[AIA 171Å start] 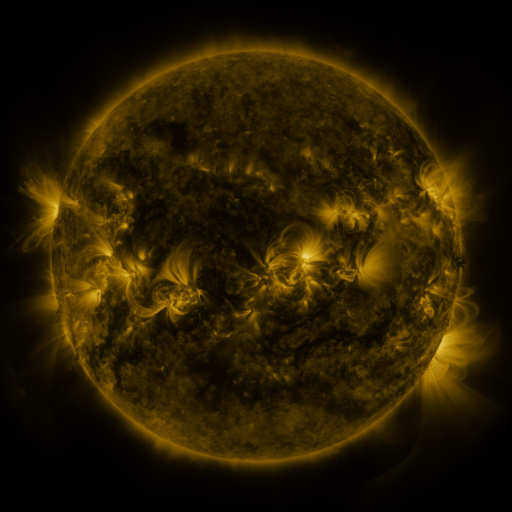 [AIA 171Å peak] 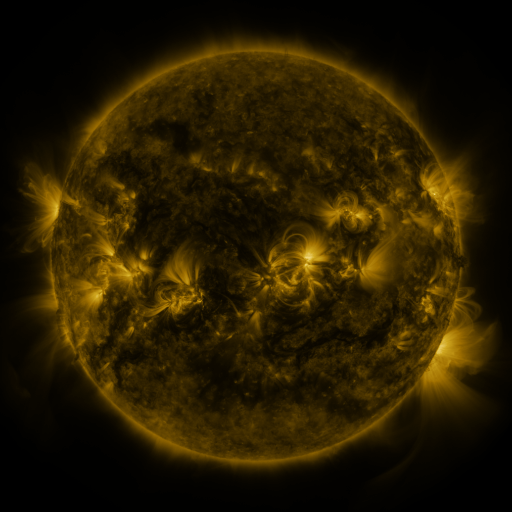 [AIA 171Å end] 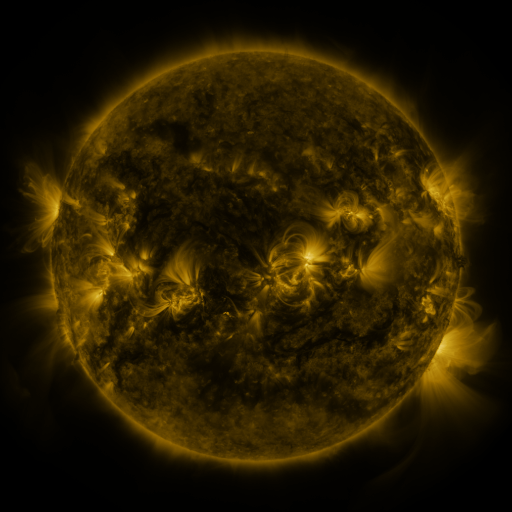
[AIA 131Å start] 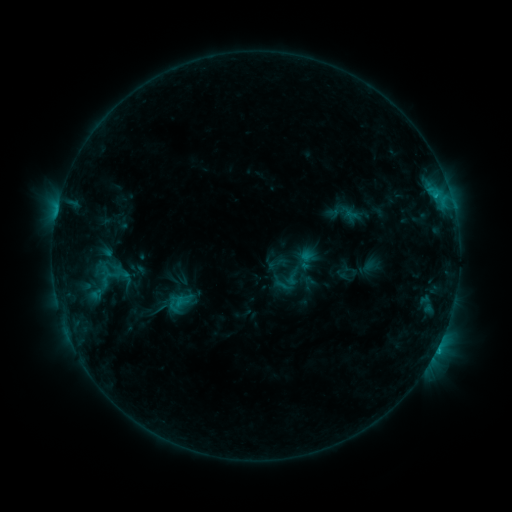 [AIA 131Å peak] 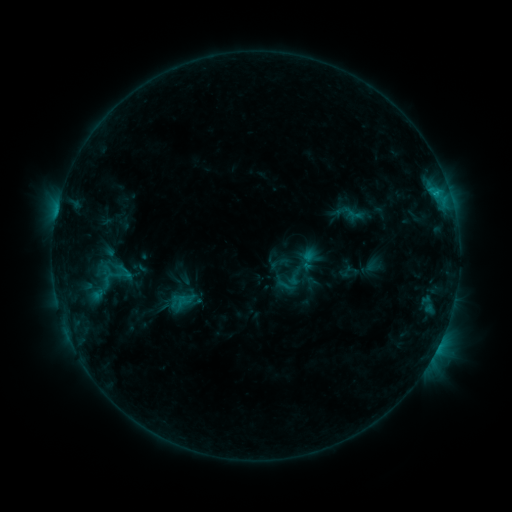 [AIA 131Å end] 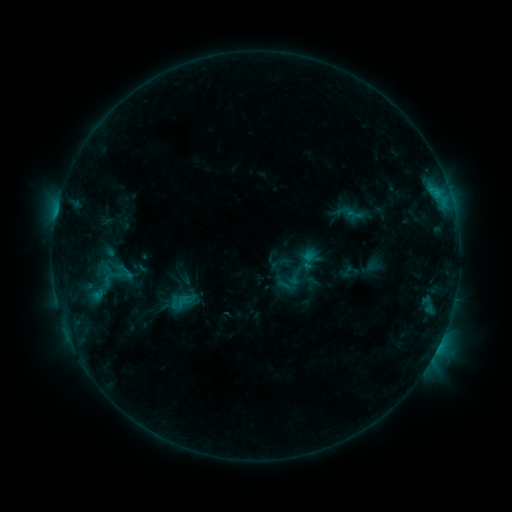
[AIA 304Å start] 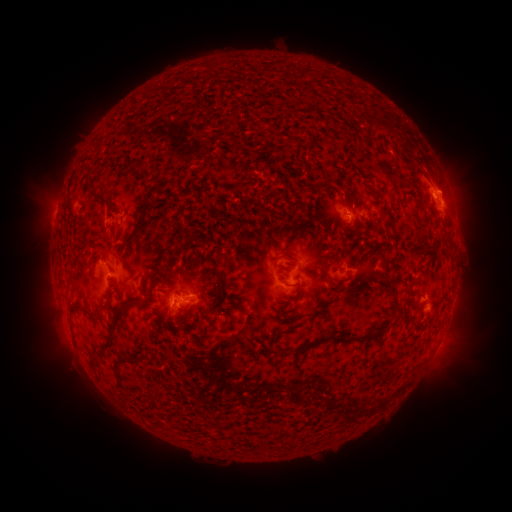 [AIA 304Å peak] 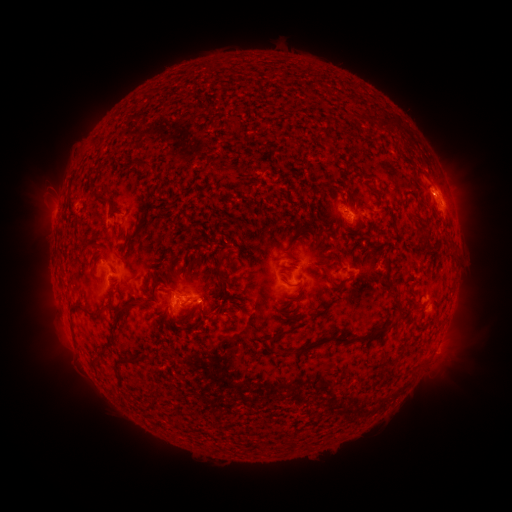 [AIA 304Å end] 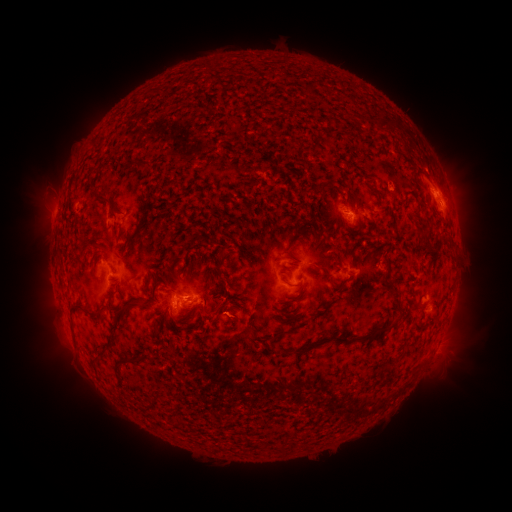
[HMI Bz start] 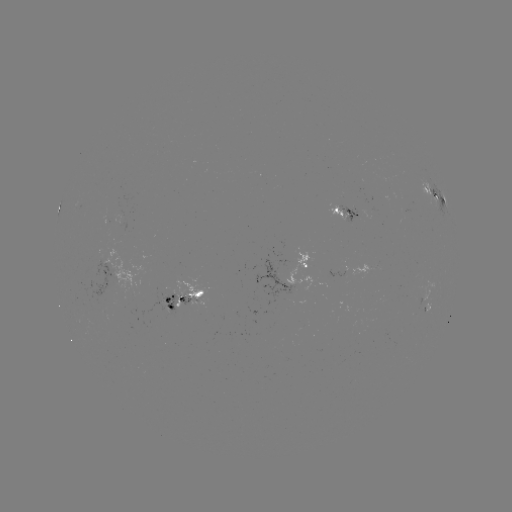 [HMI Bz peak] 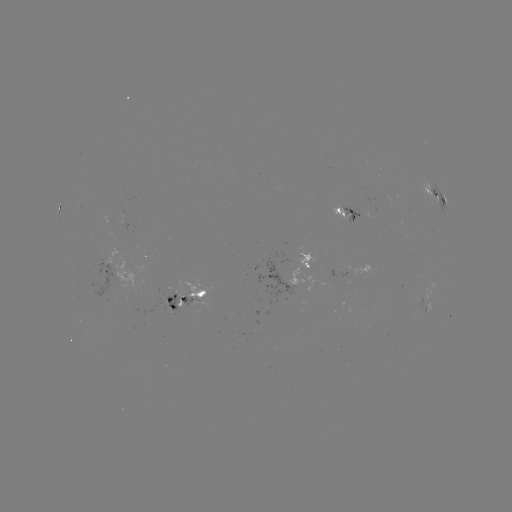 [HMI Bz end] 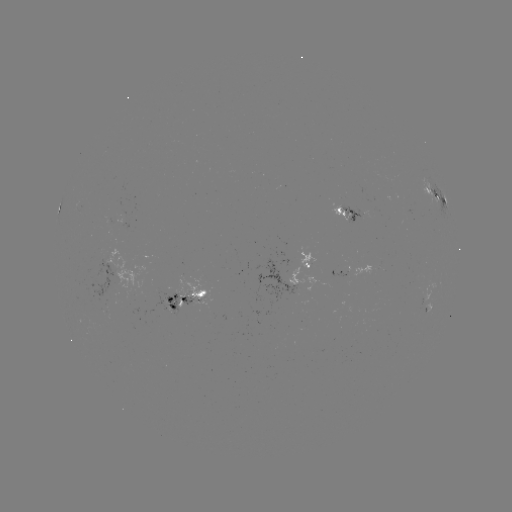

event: emerging-flux region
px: (292, 260)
